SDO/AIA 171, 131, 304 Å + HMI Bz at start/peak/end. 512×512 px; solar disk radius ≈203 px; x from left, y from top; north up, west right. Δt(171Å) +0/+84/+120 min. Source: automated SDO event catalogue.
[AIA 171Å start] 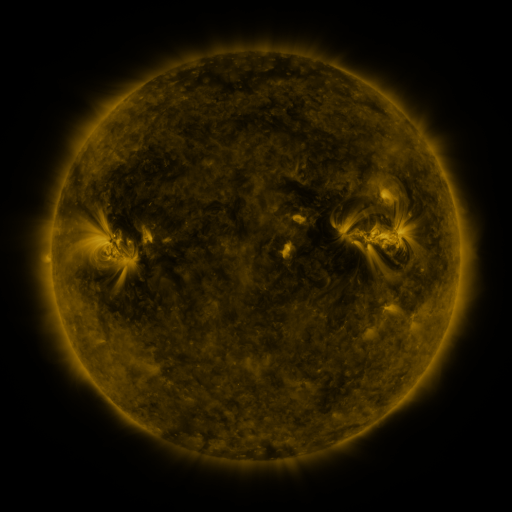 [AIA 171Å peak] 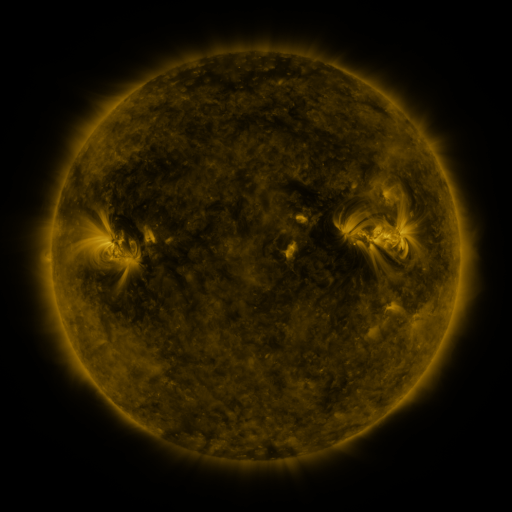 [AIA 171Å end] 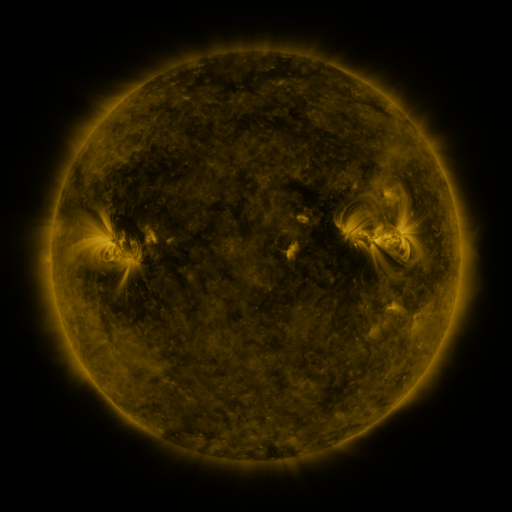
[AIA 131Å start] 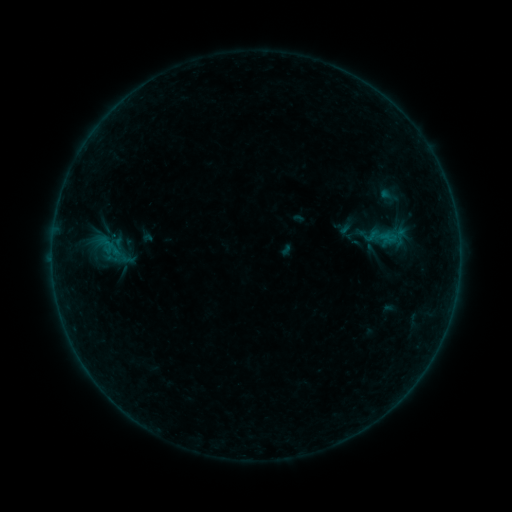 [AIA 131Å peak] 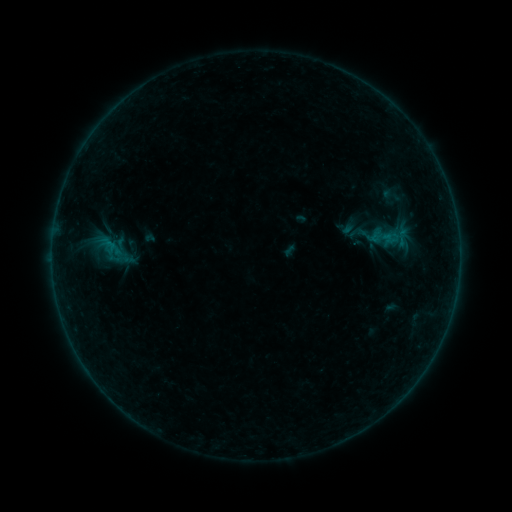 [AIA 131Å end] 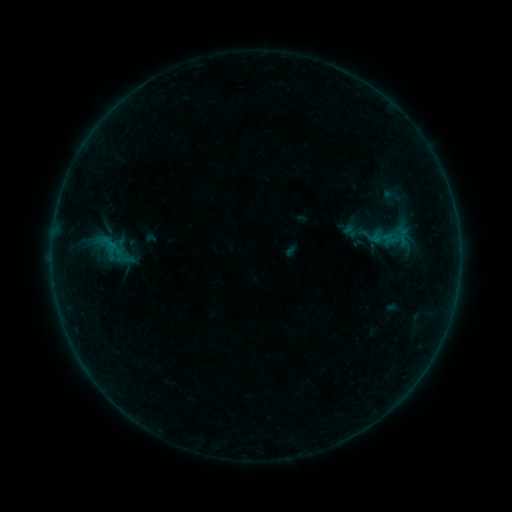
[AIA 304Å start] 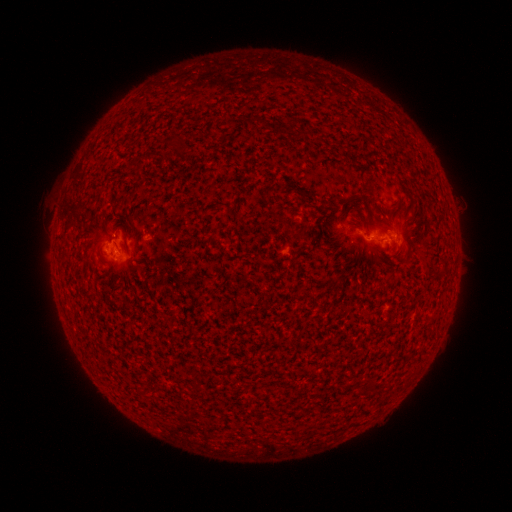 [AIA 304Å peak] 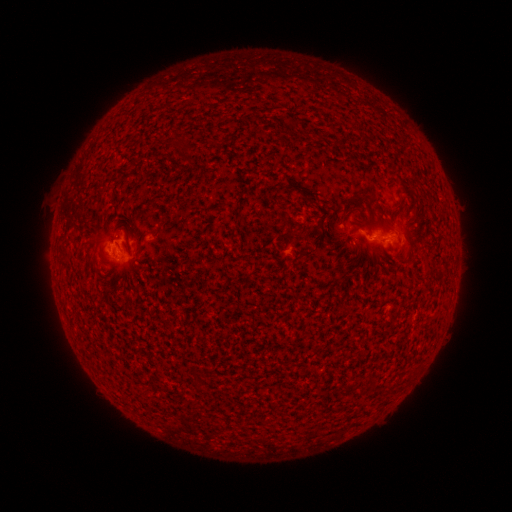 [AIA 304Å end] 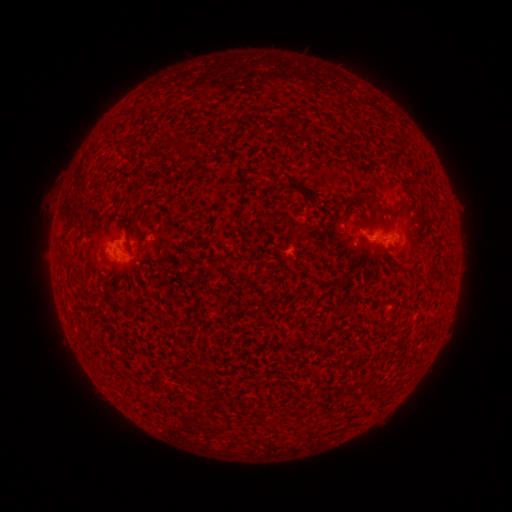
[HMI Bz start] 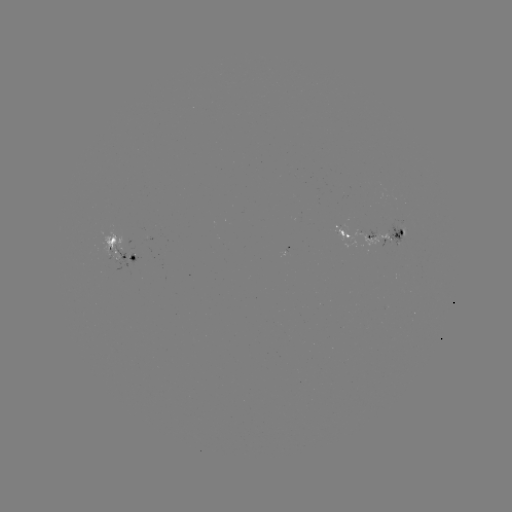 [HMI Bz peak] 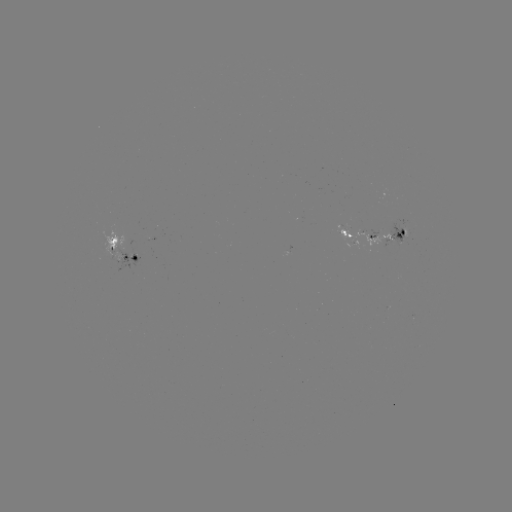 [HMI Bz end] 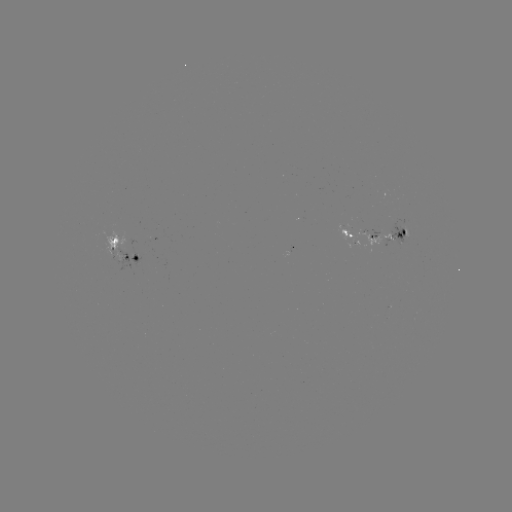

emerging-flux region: [388, 224, 409, 244]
